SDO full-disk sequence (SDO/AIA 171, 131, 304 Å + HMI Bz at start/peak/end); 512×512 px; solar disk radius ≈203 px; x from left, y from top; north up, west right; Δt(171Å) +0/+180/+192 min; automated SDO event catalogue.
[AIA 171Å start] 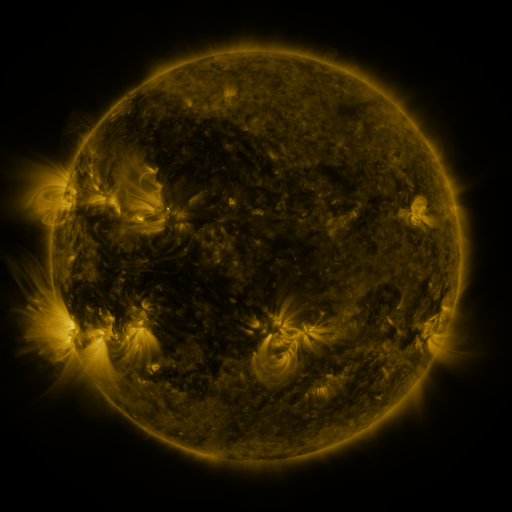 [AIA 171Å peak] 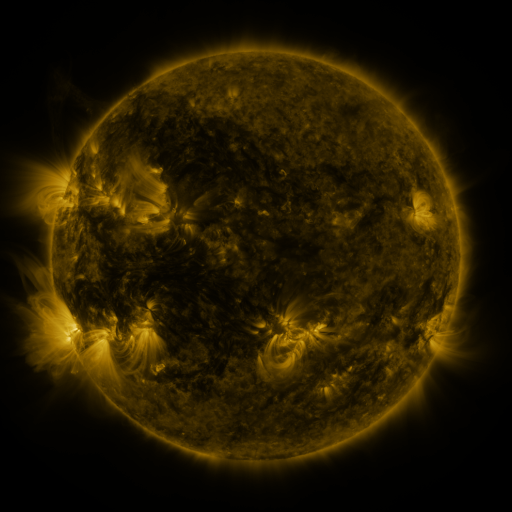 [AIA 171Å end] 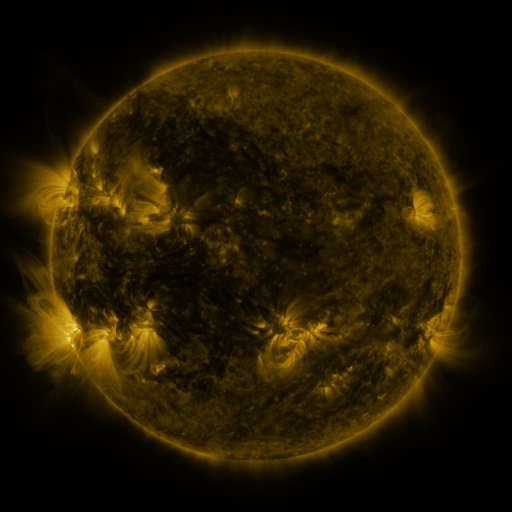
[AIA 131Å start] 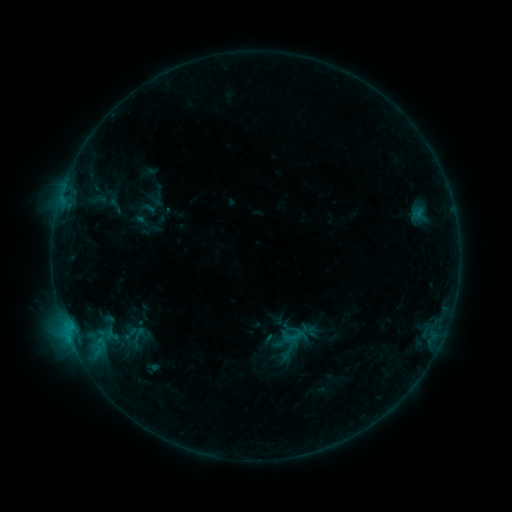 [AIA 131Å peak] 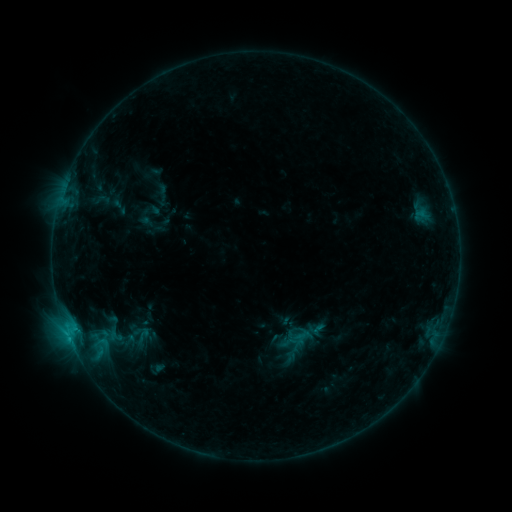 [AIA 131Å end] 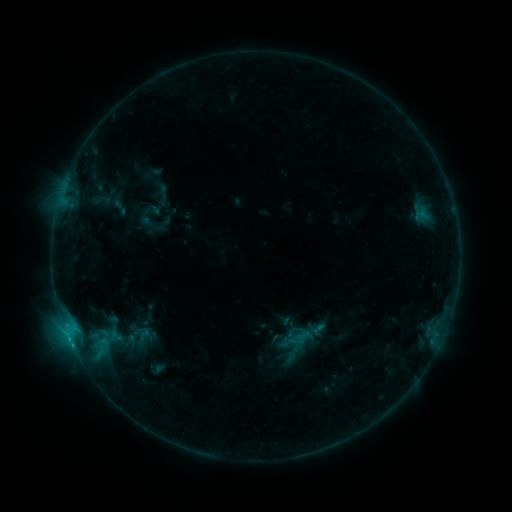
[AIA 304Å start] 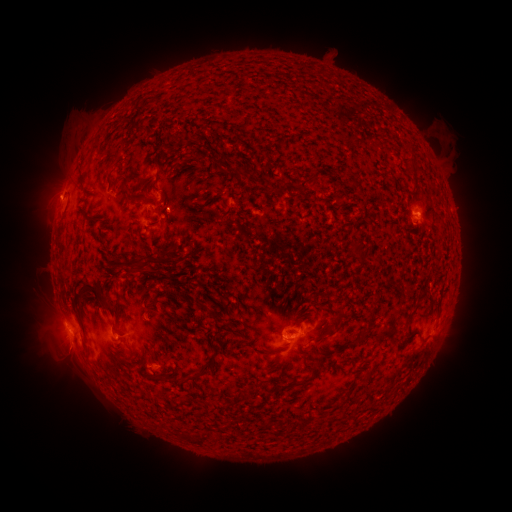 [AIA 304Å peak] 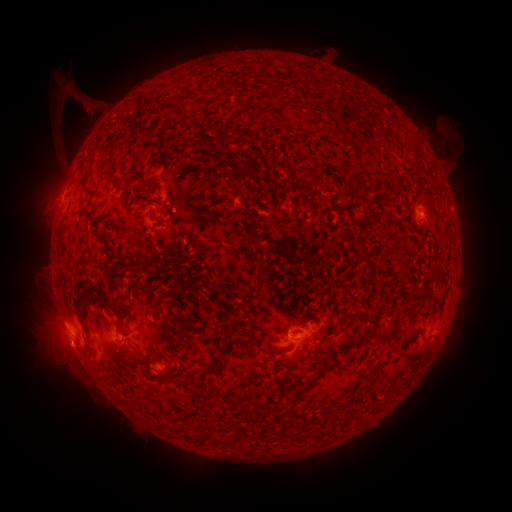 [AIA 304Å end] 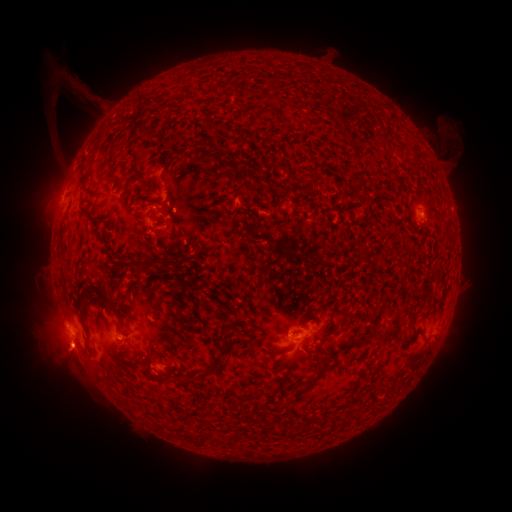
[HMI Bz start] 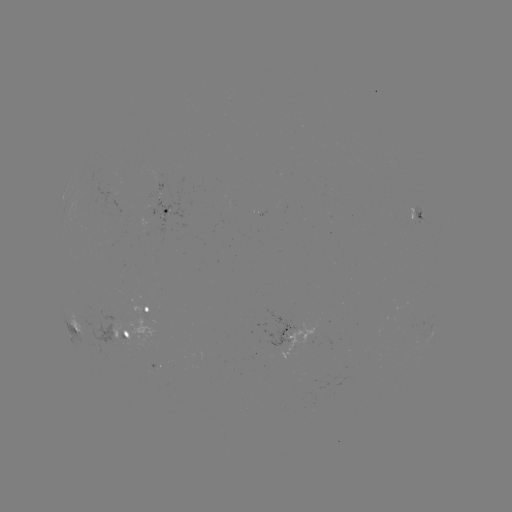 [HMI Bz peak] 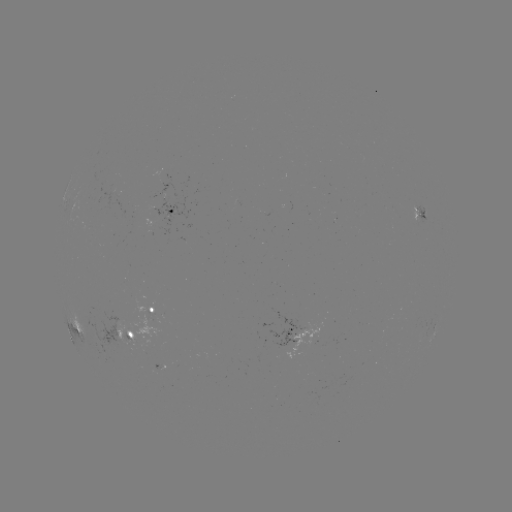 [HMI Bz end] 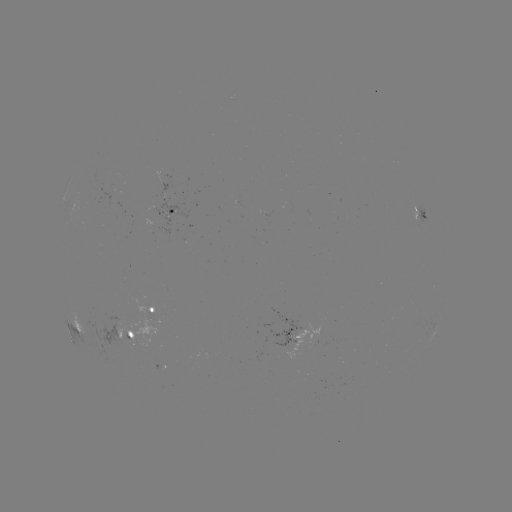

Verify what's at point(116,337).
emerging-flux region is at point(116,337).